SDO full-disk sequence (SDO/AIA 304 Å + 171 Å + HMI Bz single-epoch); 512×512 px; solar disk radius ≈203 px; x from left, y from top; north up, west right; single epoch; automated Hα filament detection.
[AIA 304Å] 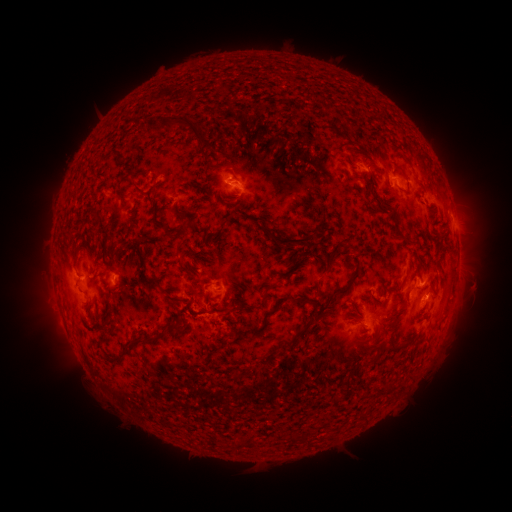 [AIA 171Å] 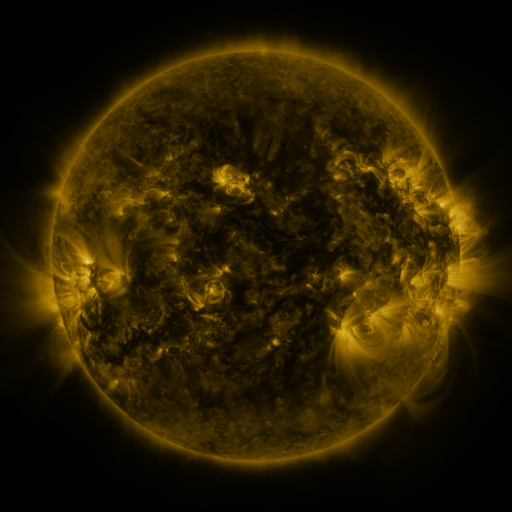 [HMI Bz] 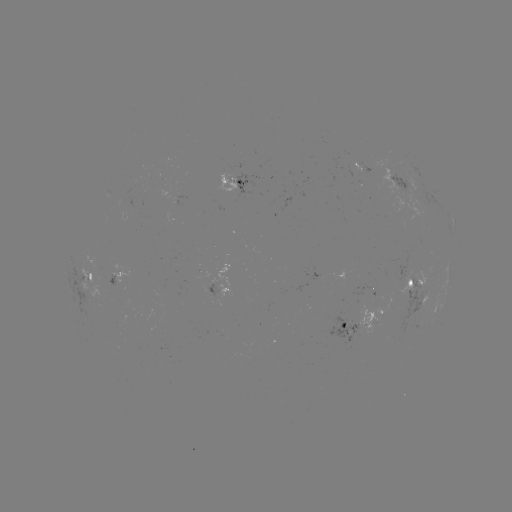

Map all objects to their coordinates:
filament: (189, 127)
filament: (136, 189)
filament: (177, 213)
filament: (95, 217)
filament: (188, 226)
filament: (397, 229)
filament: (167, 233)
filament: (290, 240)
filament: (143, 276)
filament: (350, 283)
filament: (265, 294)
filament: (280, 303)
filament: (249, 306)
filament: (174, 325)
filament: (299, 333)
filament: (141, 342)
filament: (350, 376)
filament: (302, 434)
